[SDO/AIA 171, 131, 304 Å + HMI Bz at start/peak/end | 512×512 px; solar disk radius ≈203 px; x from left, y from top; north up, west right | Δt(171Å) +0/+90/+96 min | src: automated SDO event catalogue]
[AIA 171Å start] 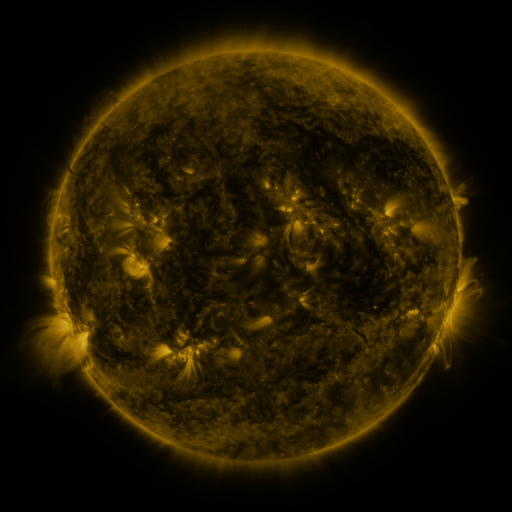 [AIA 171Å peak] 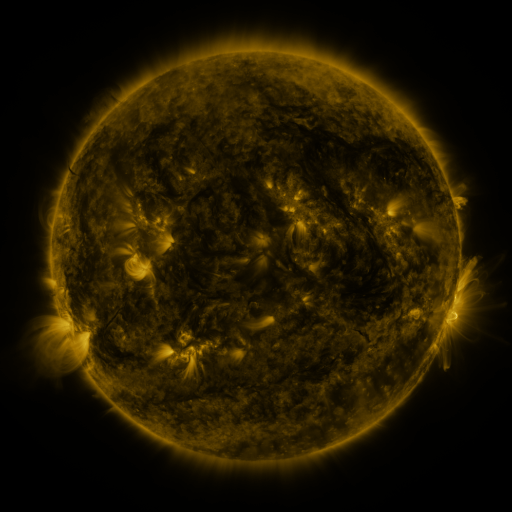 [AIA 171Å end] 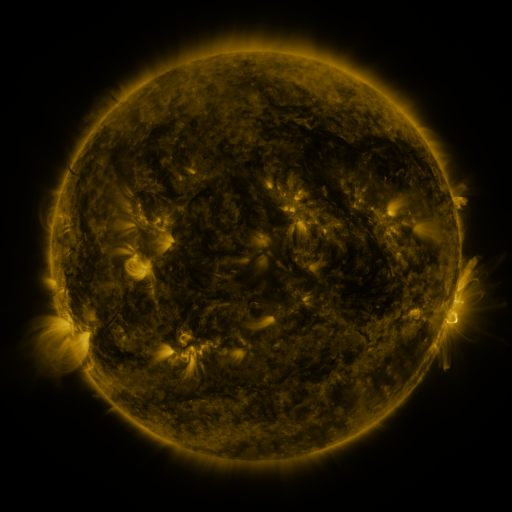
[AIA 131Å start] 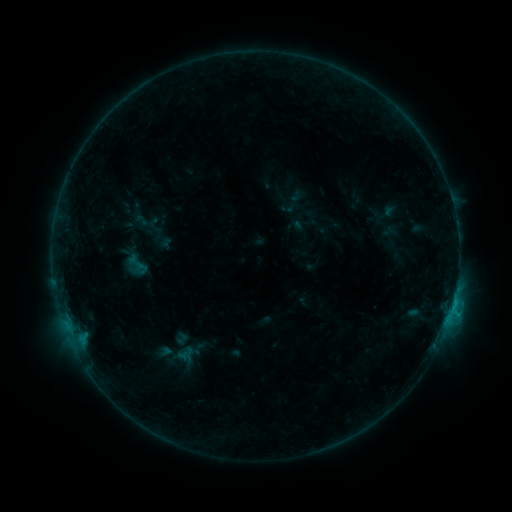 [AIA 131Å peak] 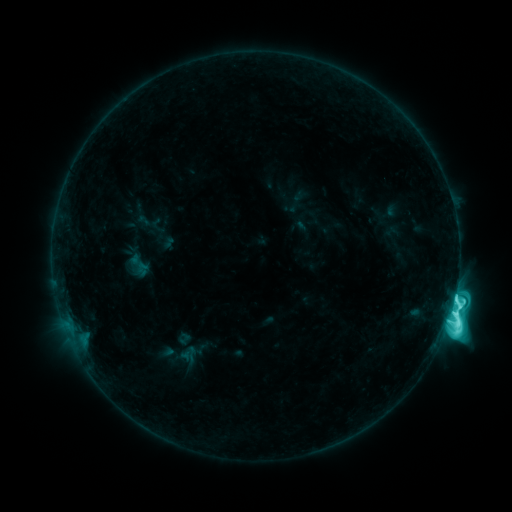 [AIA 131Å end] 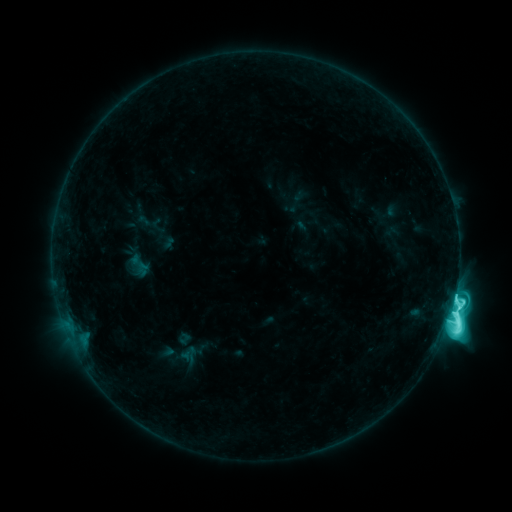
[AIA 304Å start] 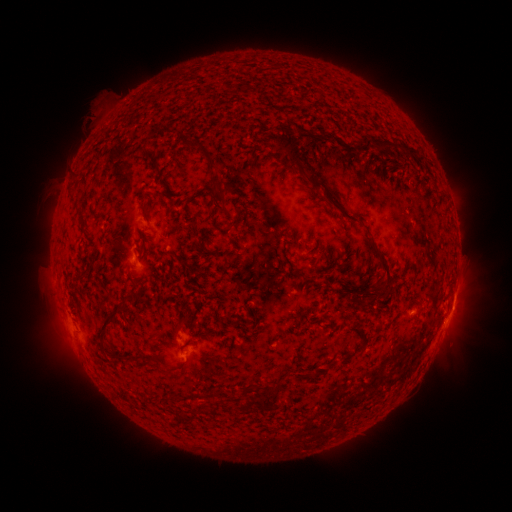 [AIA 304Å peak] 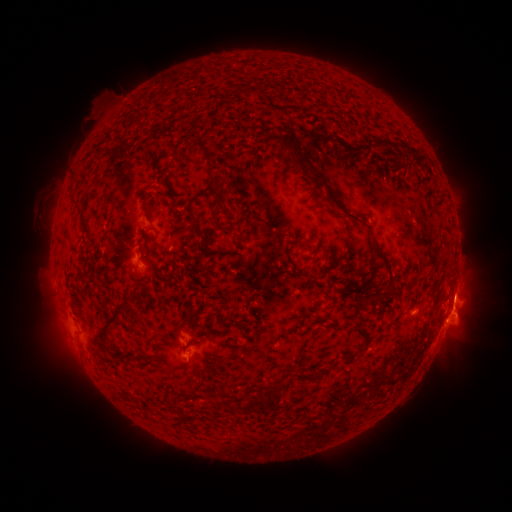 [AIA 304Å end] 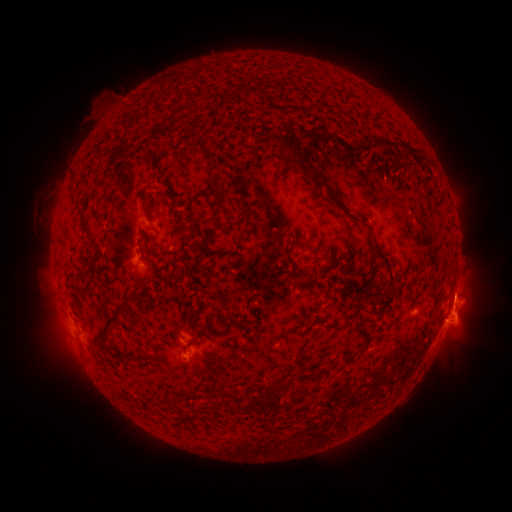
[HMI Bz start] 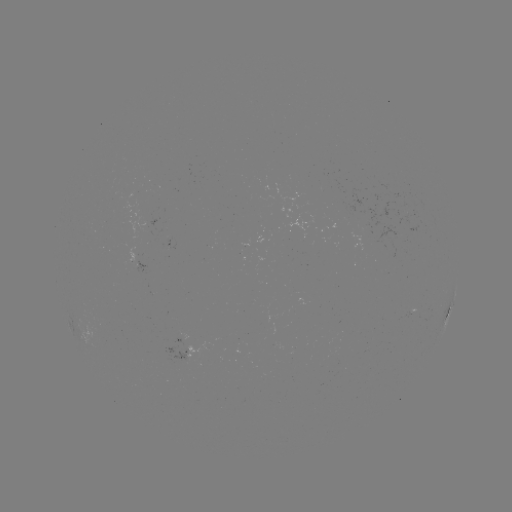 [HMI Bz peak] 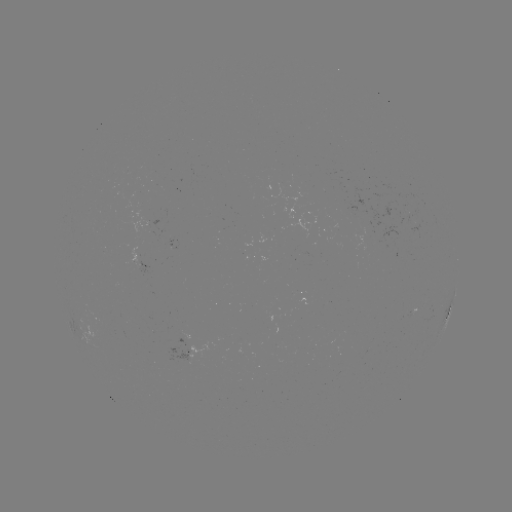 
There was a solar flare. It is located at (447, 319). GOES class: M1.4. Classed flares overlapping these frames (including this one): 1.